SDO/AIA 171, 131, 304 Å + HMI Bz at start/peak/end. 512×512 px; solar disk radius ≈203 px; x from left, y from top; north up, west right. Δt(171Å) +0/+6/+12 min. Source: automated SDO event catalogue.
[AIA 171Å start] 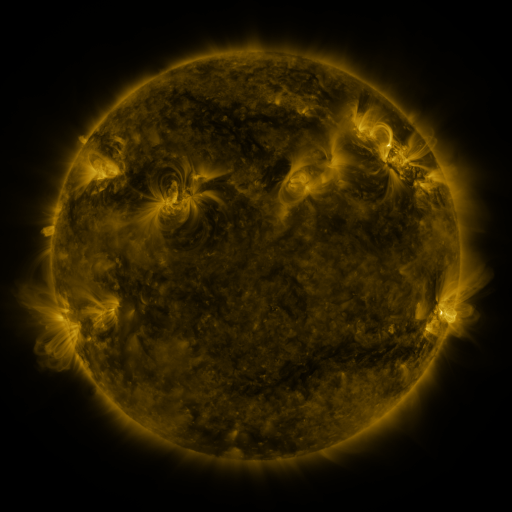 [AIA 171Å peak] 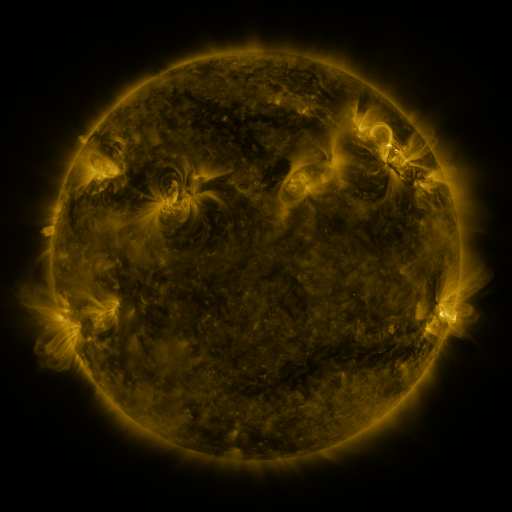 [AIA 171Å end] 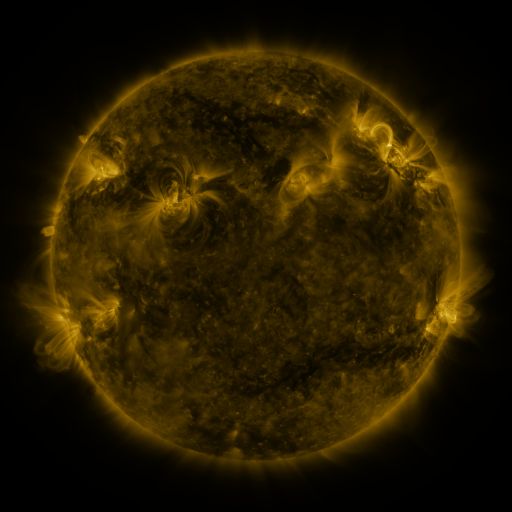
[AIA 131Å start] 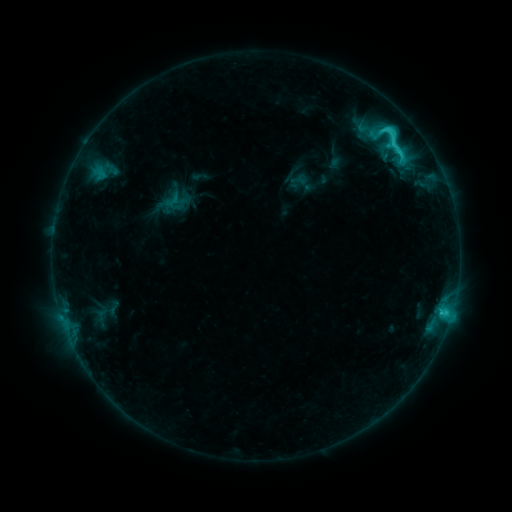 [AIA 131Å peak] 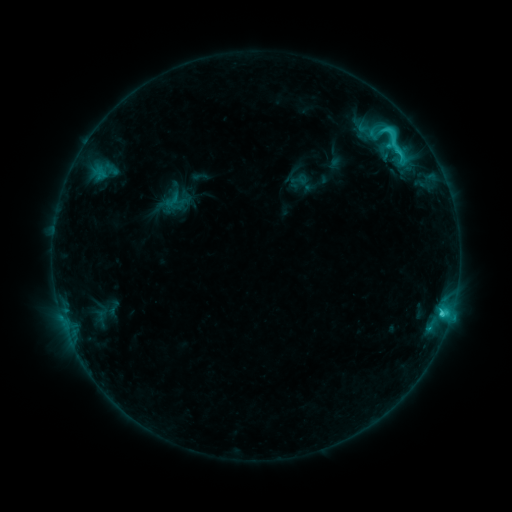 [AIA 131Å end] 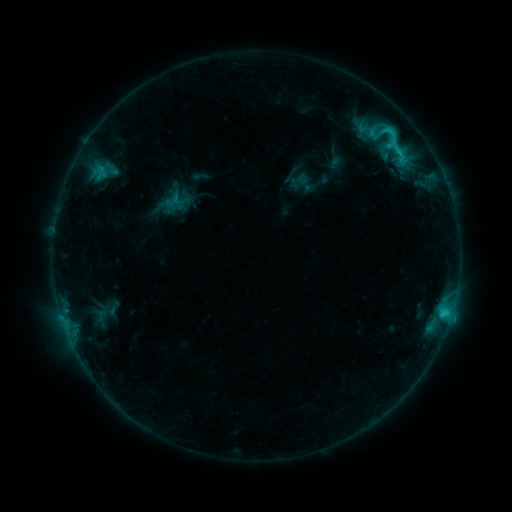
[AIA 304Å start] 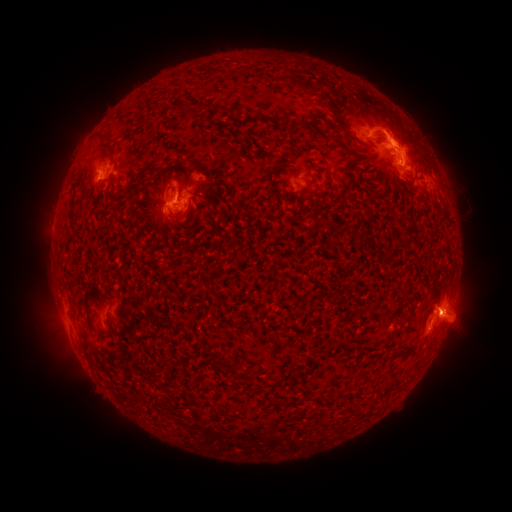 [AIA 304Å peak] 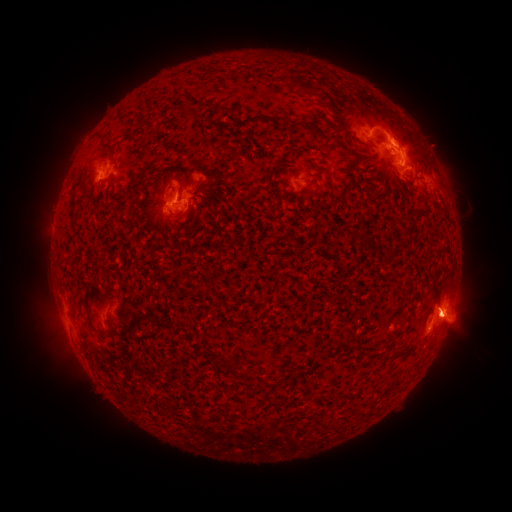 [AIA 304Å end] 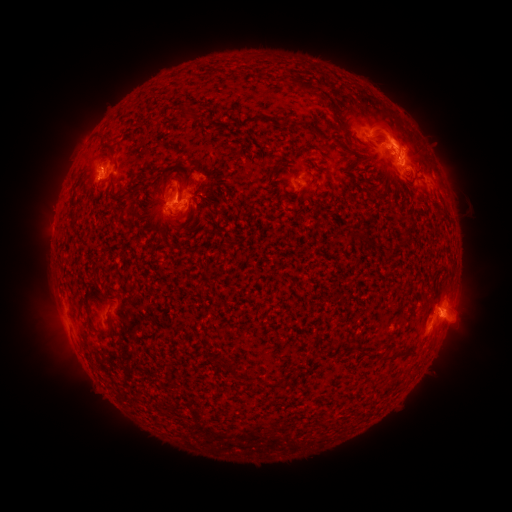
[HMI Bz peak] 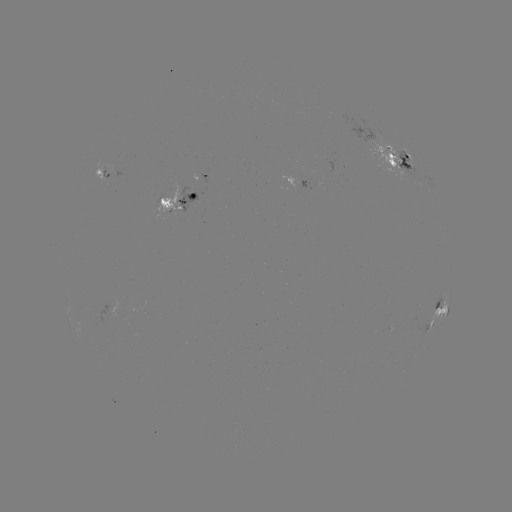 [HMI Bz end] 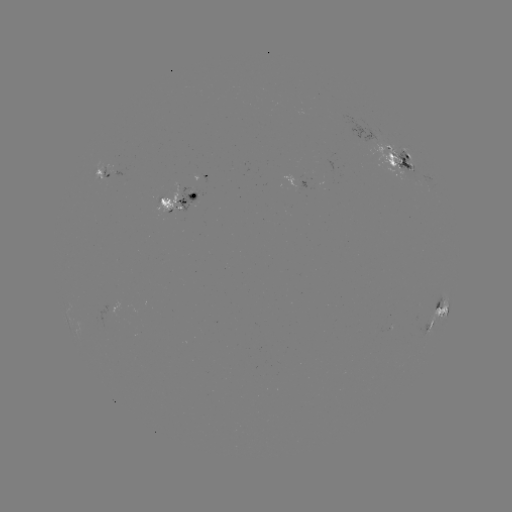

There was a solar eruption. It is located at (56, 339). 